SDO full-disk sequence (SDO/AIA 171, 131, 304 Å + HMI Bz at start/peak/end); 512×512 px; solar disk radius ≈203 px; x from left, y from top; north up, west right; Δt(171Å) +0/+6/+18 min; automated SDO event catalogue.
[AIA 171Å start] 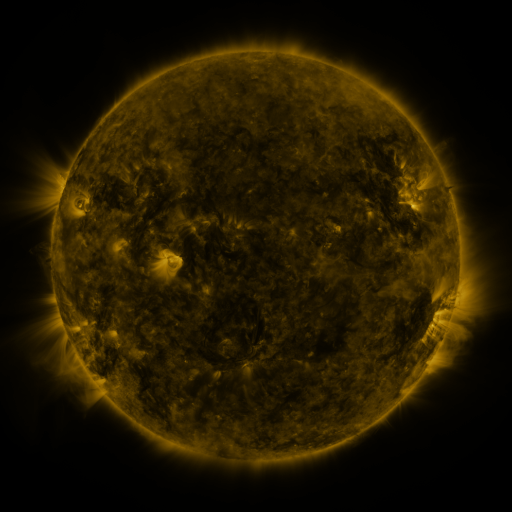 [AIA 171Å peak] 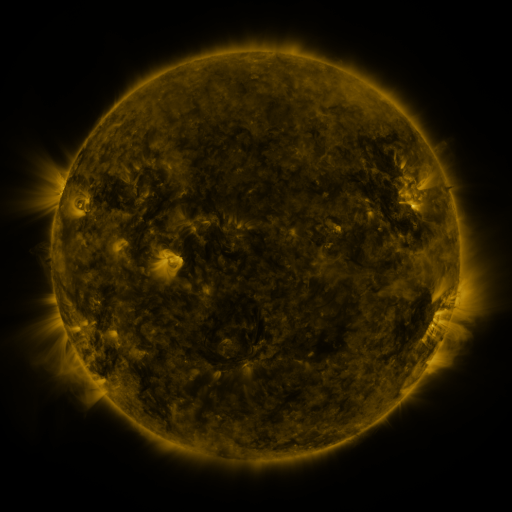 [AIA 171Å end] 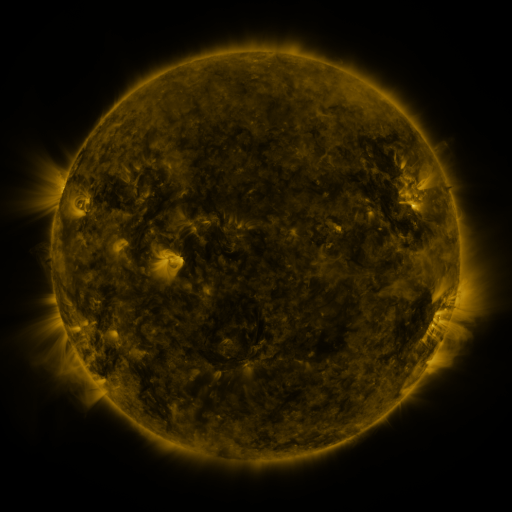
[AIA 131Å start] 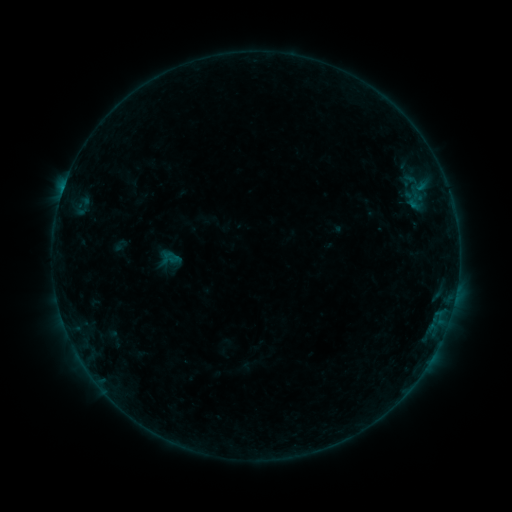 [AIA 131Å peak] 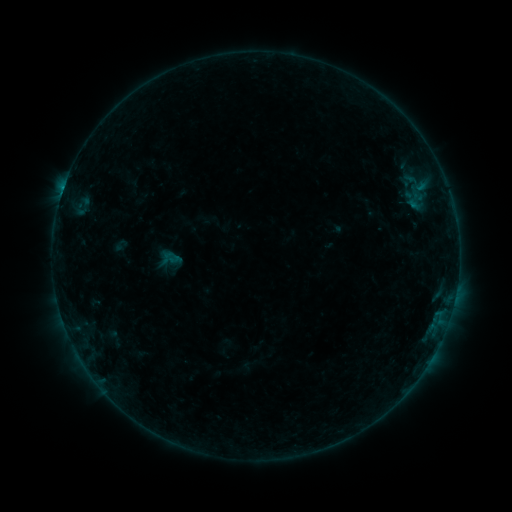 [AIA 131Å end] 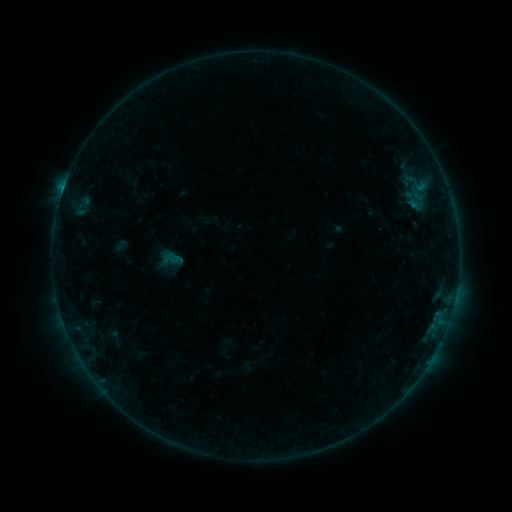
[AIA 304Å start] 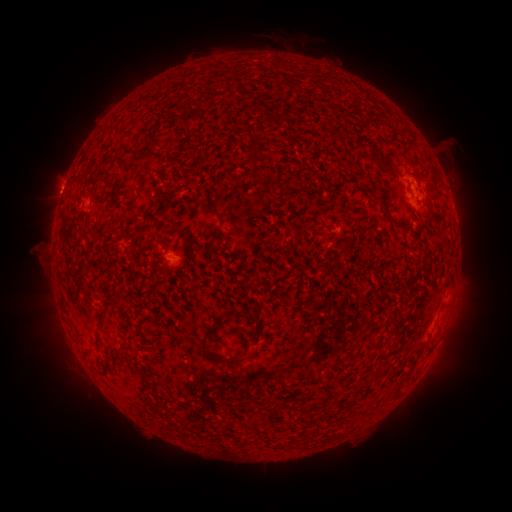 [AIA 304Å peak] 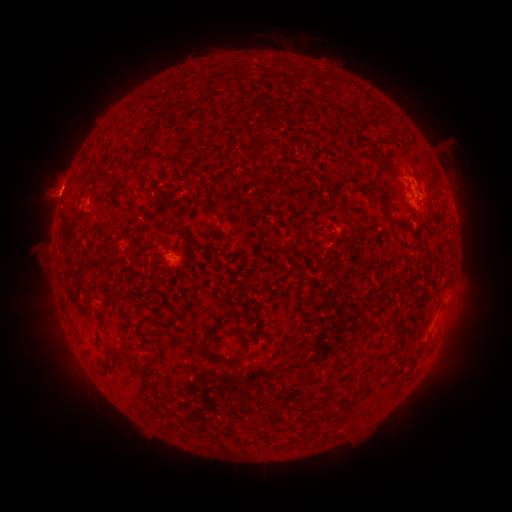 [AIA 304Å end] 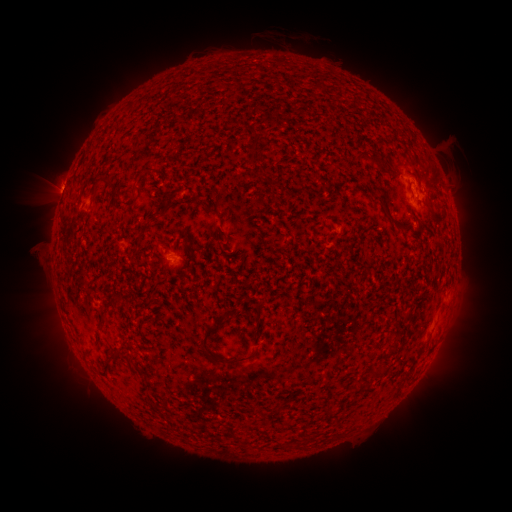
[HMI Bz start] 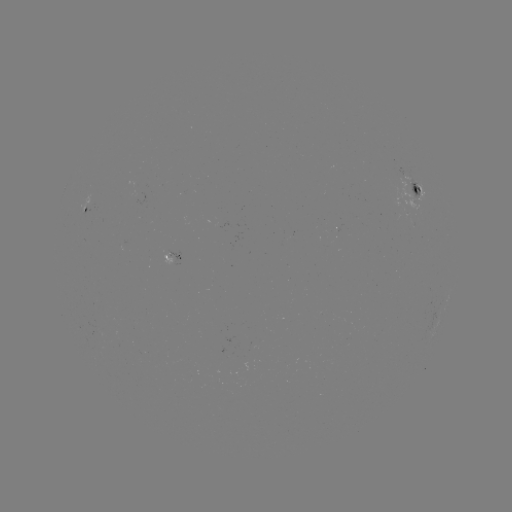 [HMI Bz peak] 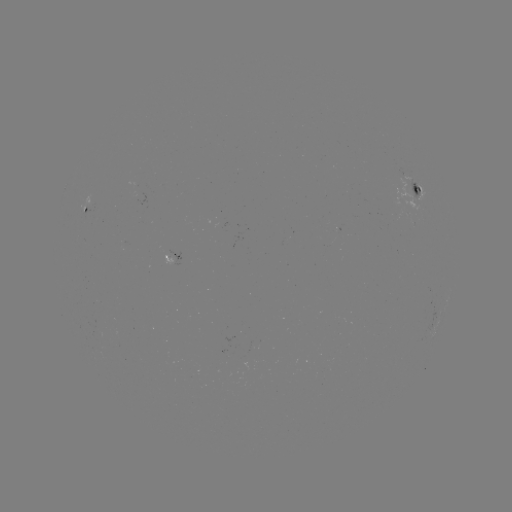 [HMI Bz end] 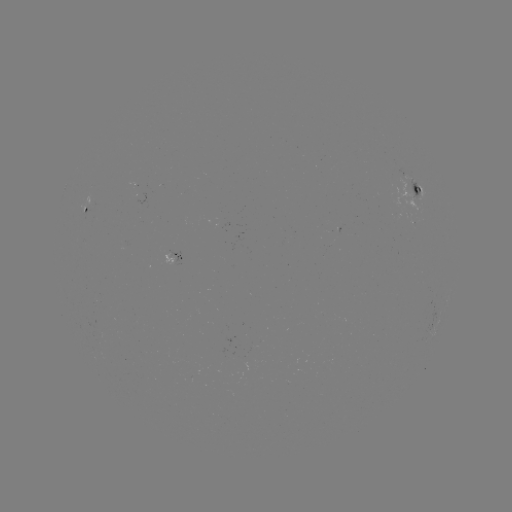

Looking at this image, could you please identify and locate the eruption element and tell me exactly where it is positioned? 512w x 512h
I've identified eruption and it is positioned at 52,201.